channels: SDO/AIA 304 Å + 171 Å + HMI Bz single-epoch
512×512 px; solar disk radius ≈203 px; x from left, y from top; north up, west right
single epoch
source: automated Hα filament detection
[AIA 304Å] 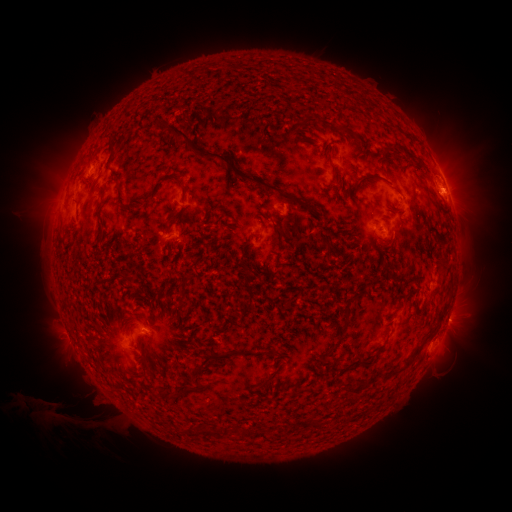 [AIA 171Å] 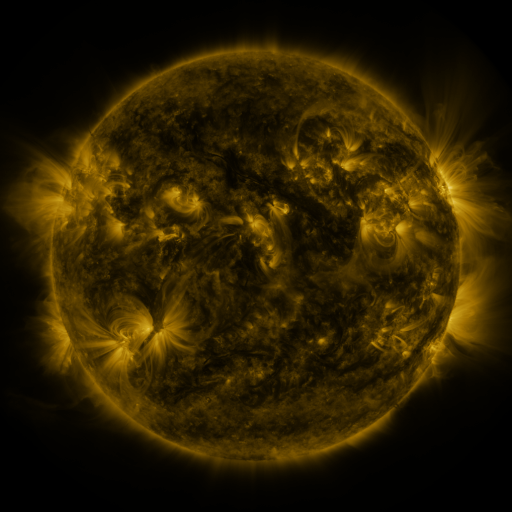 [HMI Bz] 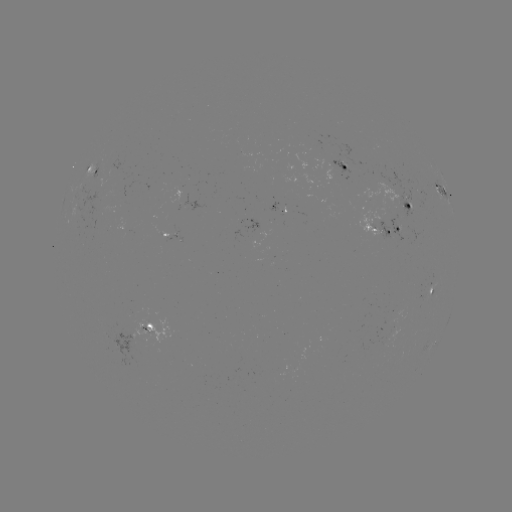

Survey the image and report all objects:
filament: [167, 124, 188, 139]
filament: [195, 145, 306, 208]
filament: [353, 175, 375, 193]
filament: [242, 270, 254, 303]
filament: [368, 276, 378, 285]
filament: [342, 313, 350, 324]
filament: [197, 347, 243, 369]
filament: [413, 347, 421, 357]
filament: [262, 373, 274, 384]
